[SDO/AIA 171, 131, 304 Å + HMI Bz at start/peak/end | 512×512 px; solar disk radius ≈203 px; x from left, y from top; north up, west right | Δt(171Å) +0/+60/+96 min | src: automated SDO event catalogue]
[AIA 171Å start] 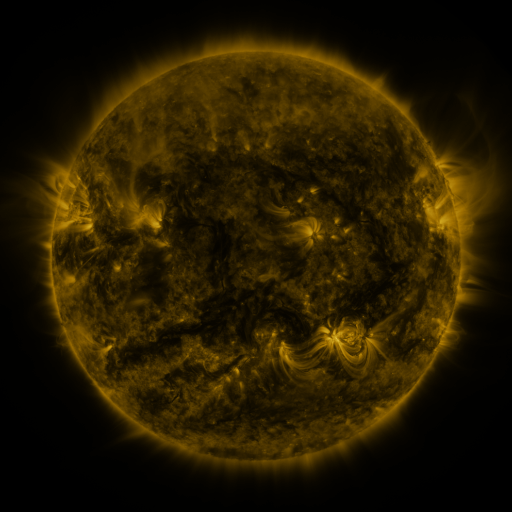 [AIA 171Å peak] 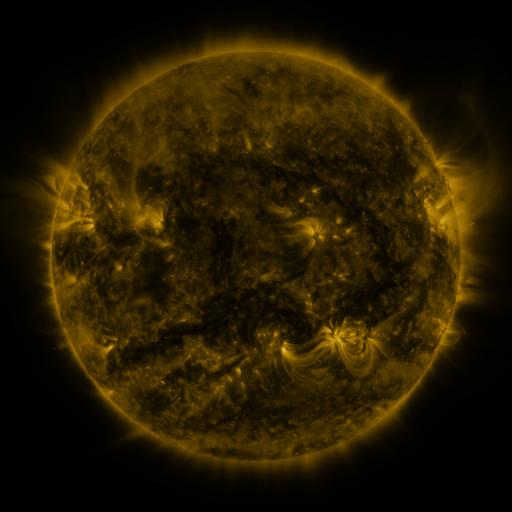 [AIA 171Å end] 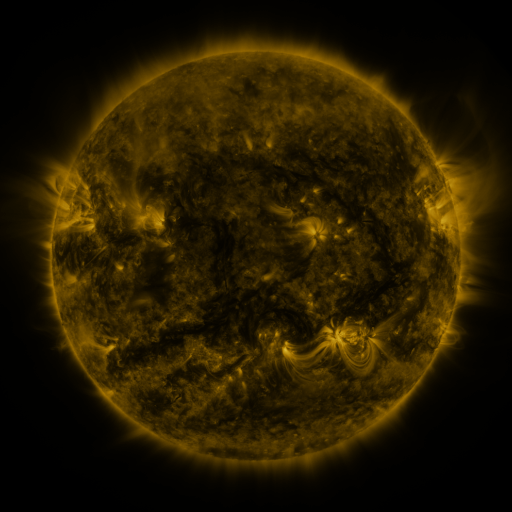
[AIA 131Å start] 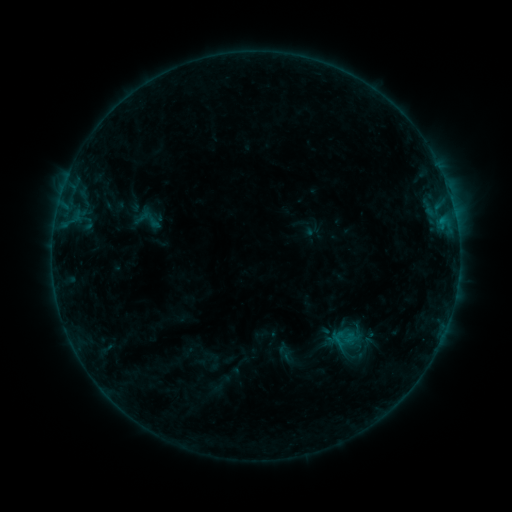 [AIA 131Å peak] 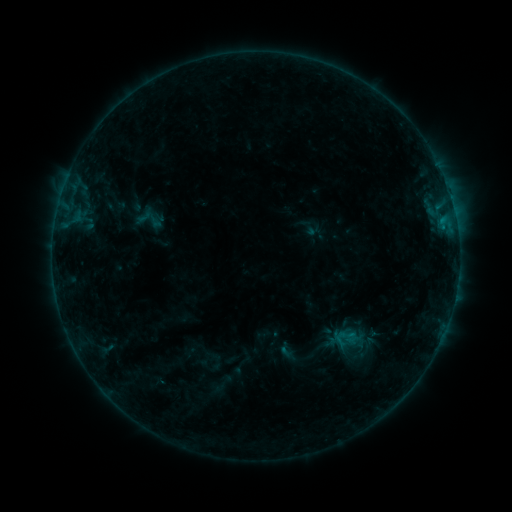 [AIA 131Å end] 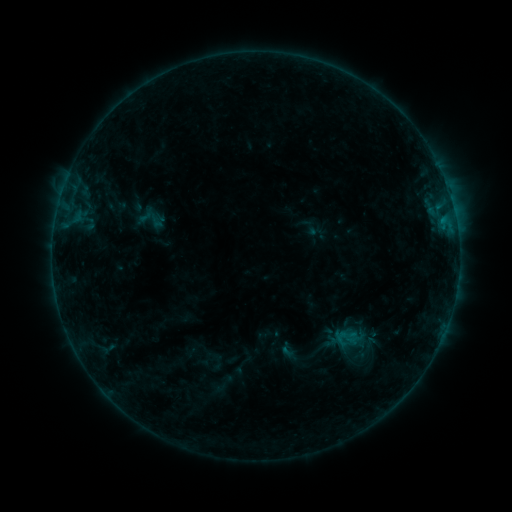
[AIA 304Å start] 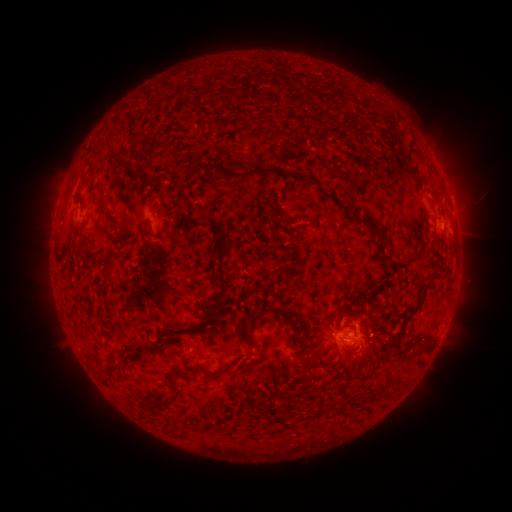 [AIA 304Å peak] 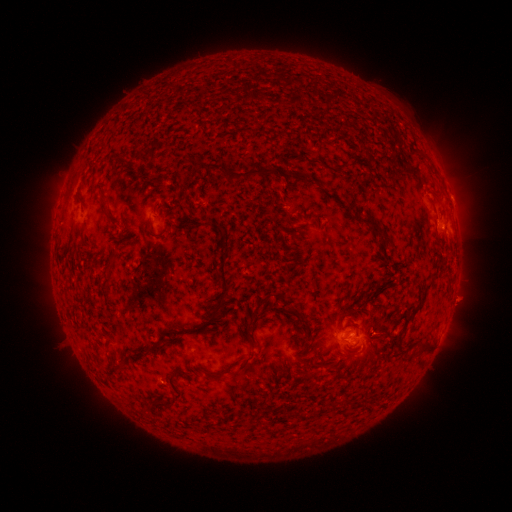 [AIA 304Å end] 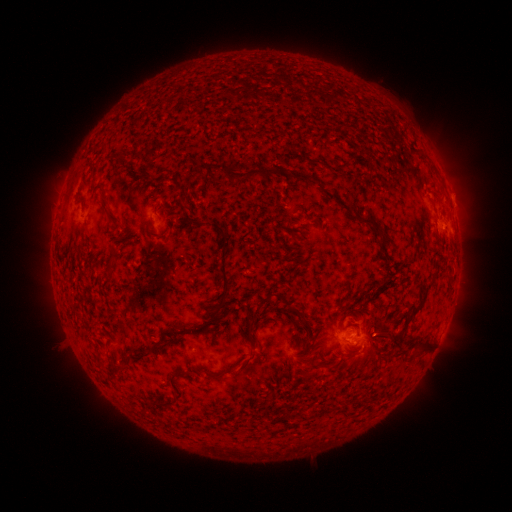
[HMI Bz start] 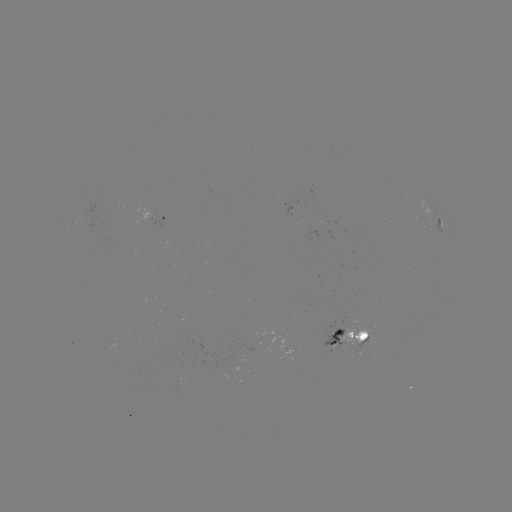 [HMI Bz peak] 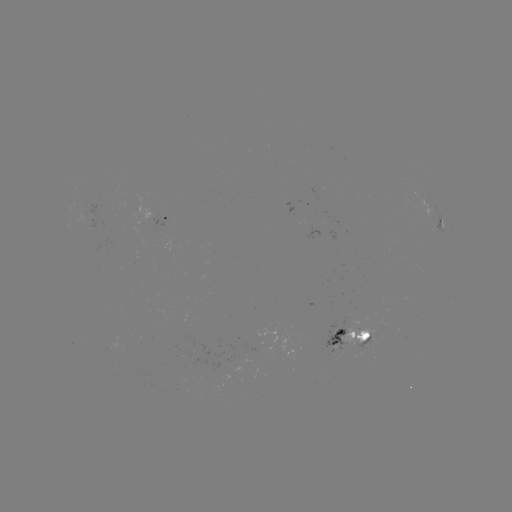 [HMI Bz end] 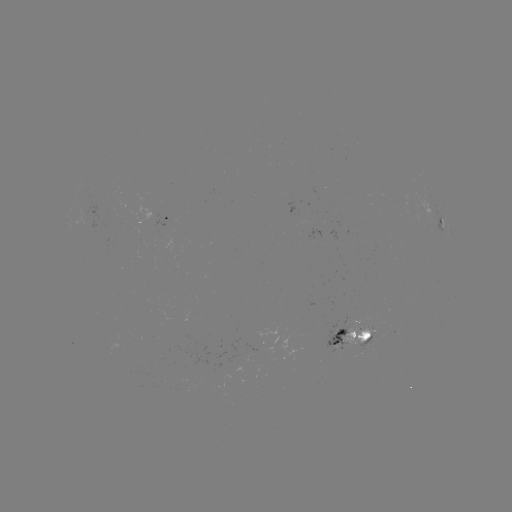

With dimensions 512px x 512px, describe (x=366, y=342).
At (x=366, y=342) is emerging-flux region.